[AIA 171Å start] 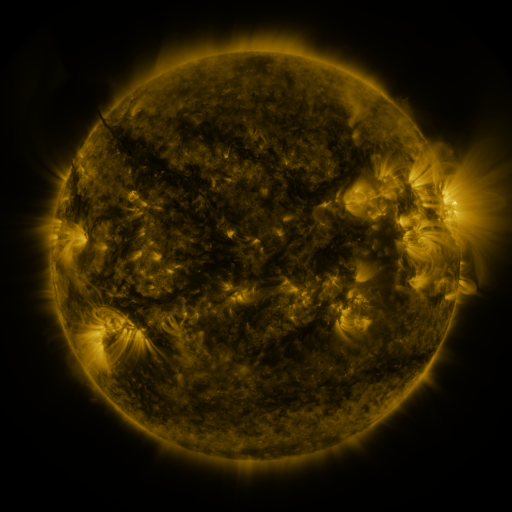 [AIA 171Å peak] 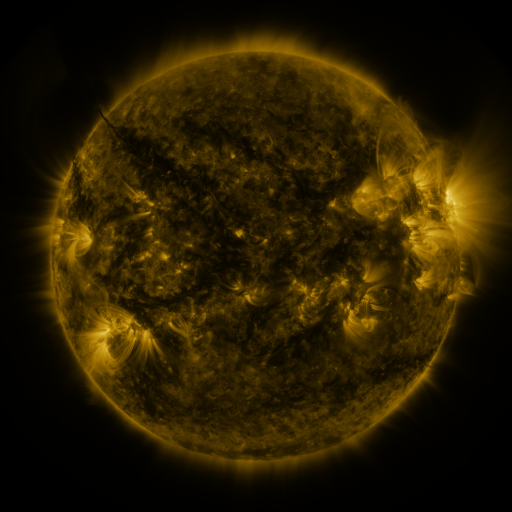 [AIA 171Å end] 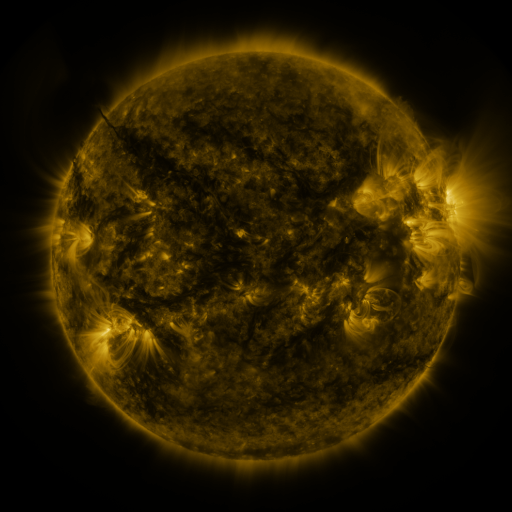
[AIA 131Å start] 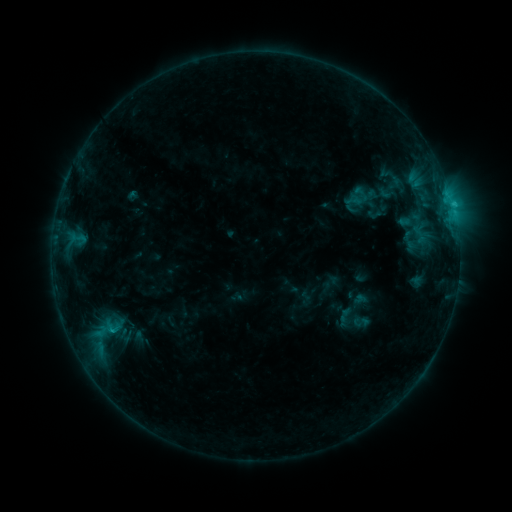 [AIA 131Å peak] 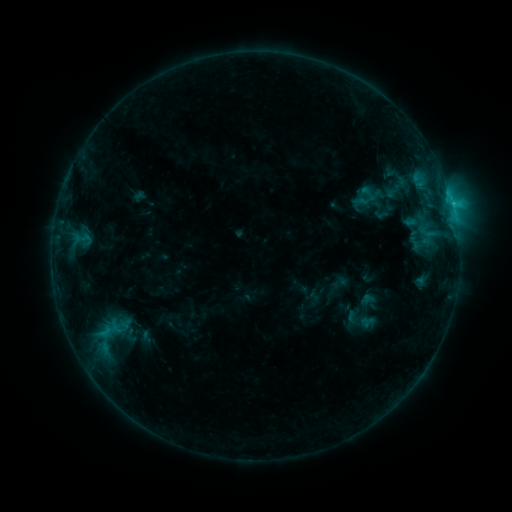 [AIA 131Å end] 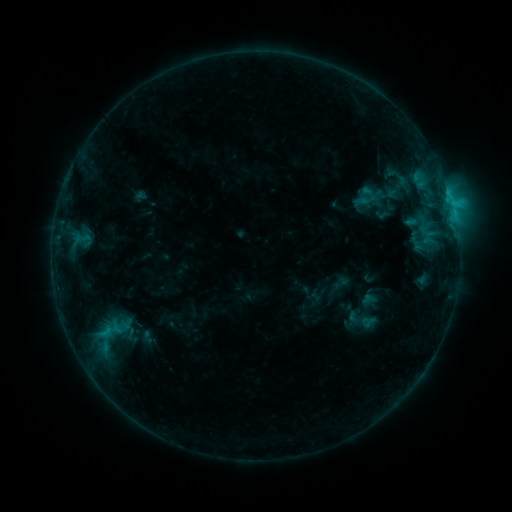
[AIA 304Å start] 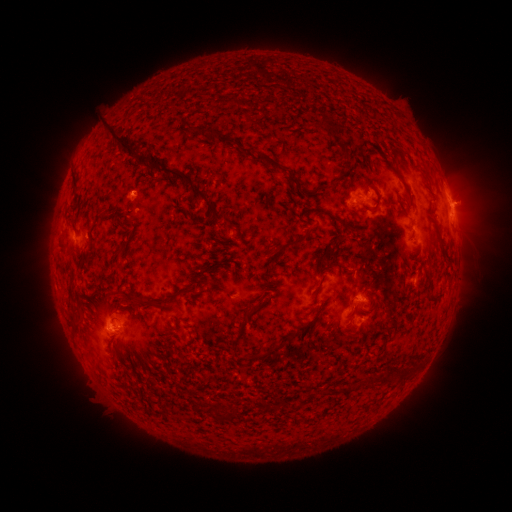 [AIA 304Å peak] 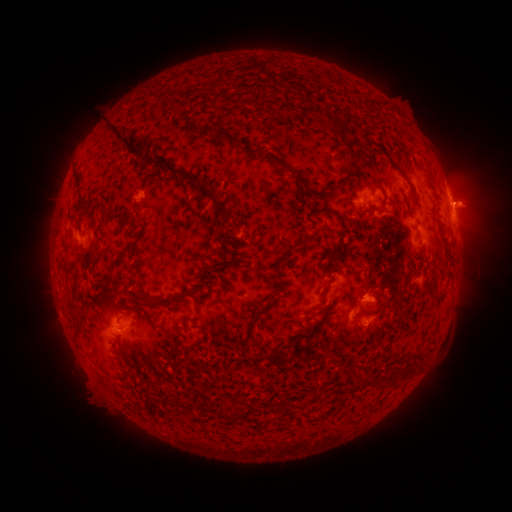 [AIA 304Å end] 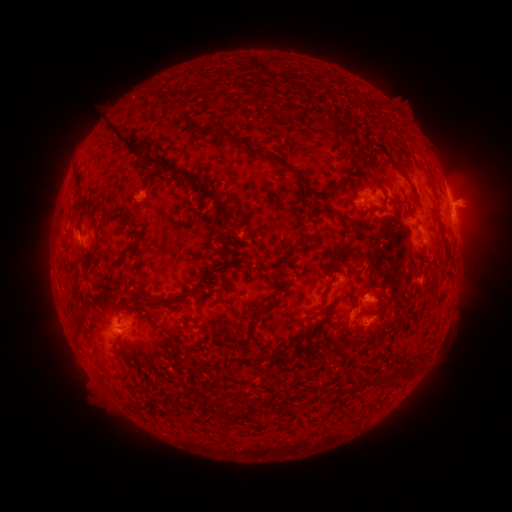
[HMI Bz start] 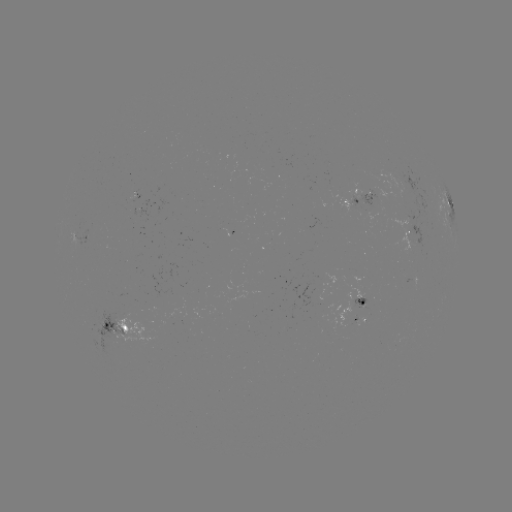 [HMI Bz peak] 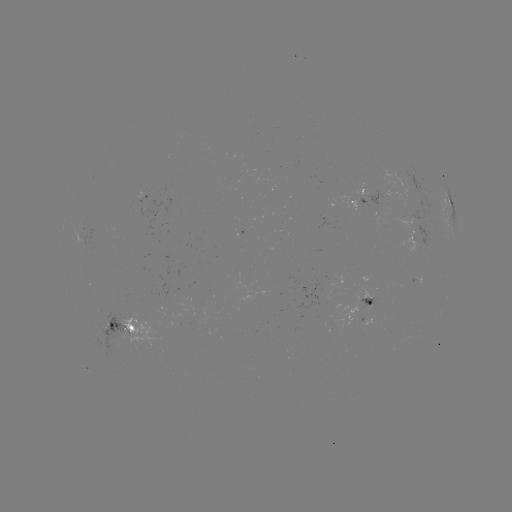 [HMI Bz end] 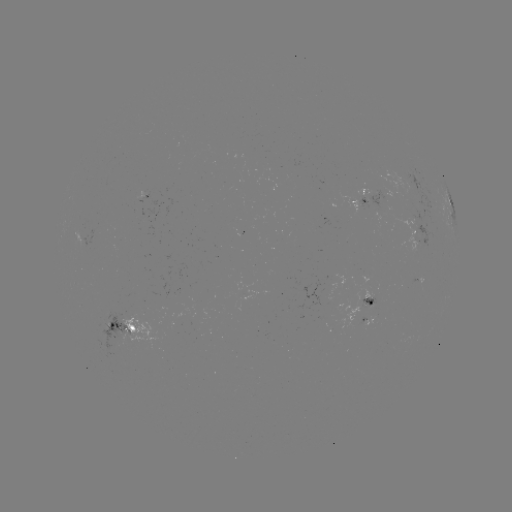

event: emerging-flux region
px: (110, 326)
